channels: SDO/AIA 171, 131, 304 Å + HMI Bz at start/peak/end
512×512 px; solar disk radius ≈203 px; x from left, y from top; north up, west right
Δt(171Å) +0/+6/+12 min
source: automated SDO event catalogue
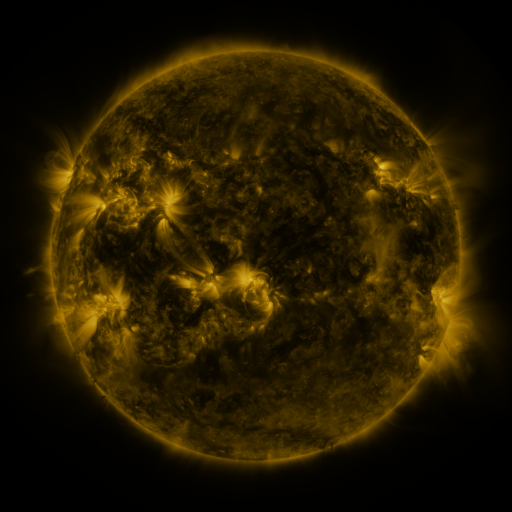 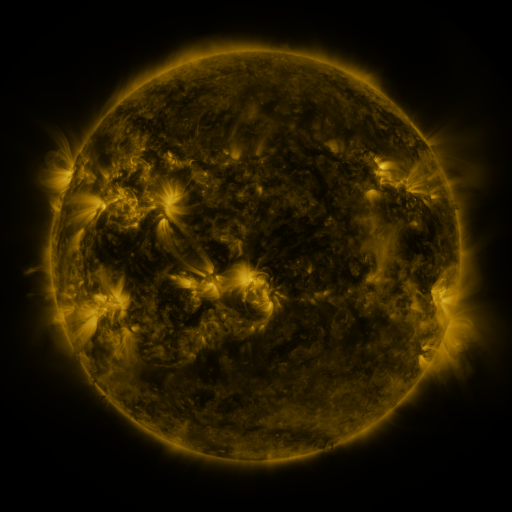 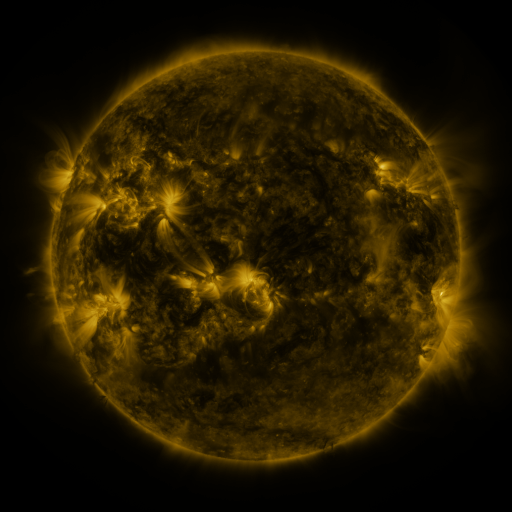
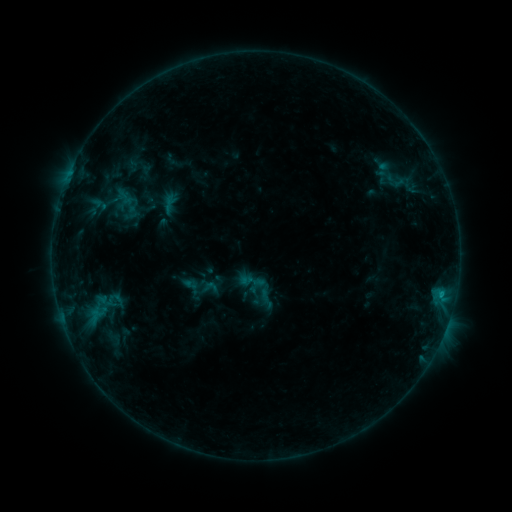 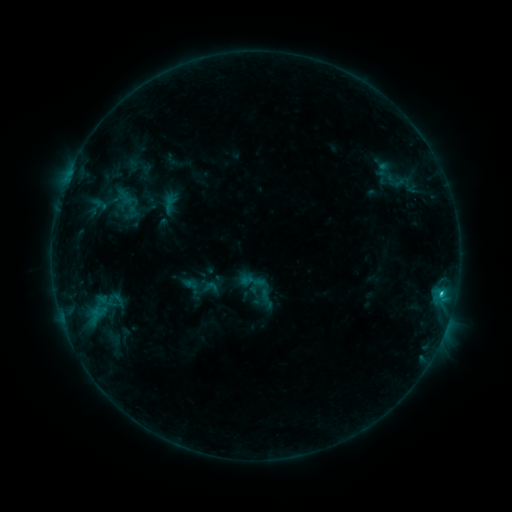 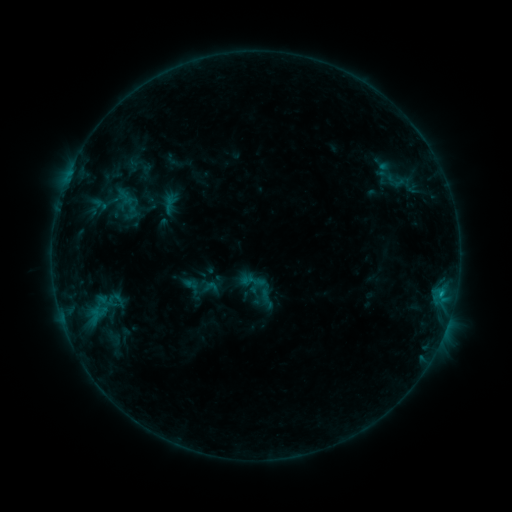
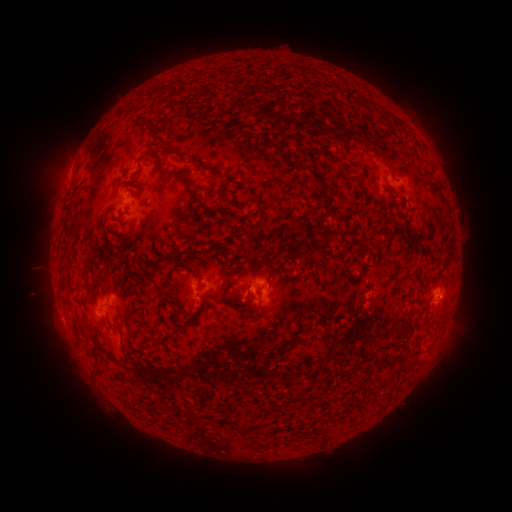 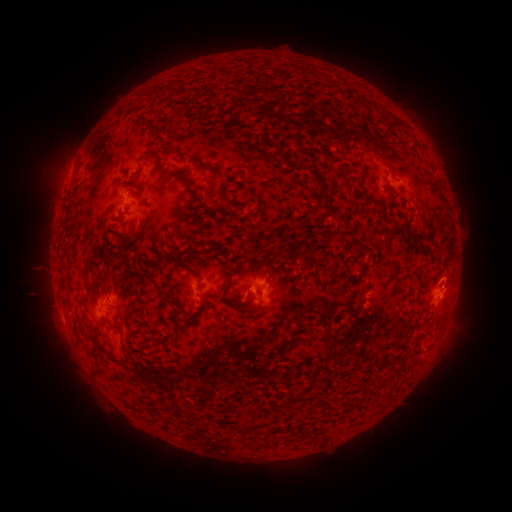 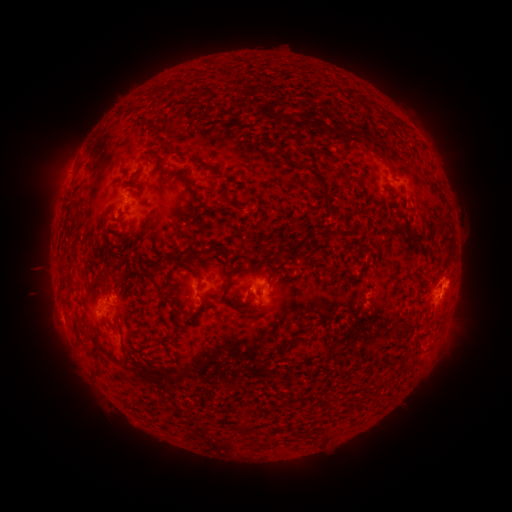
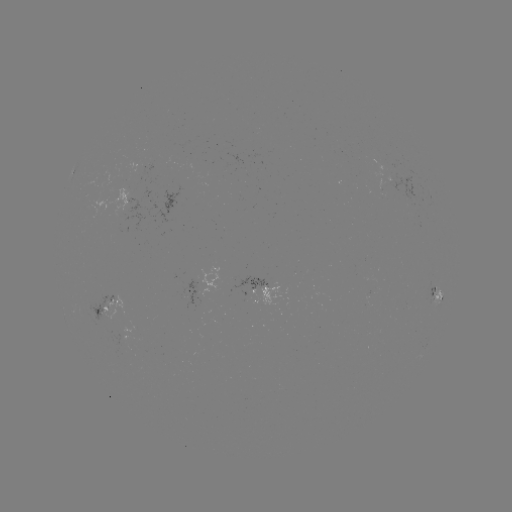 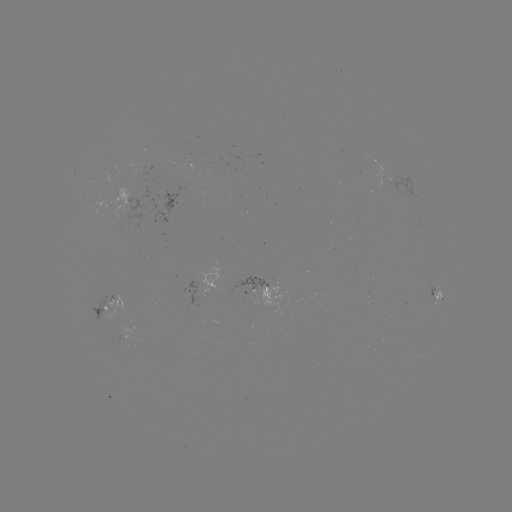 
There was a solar flare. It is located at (439, 292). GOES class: B8.9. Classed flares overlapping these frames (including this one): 1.